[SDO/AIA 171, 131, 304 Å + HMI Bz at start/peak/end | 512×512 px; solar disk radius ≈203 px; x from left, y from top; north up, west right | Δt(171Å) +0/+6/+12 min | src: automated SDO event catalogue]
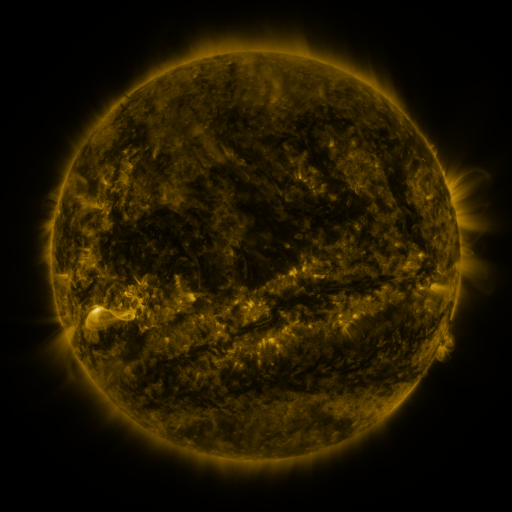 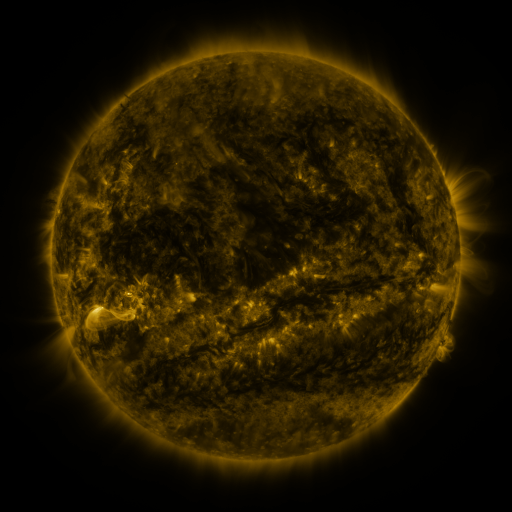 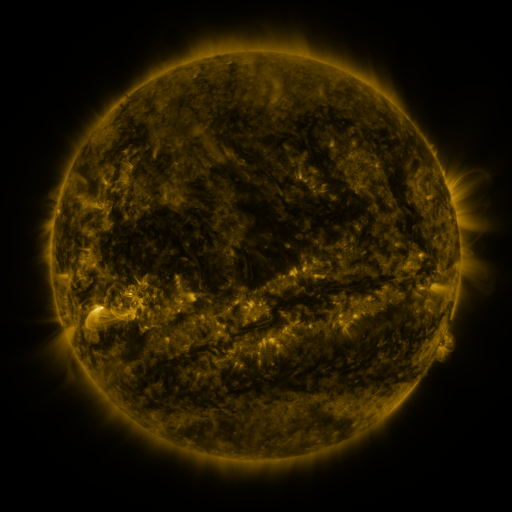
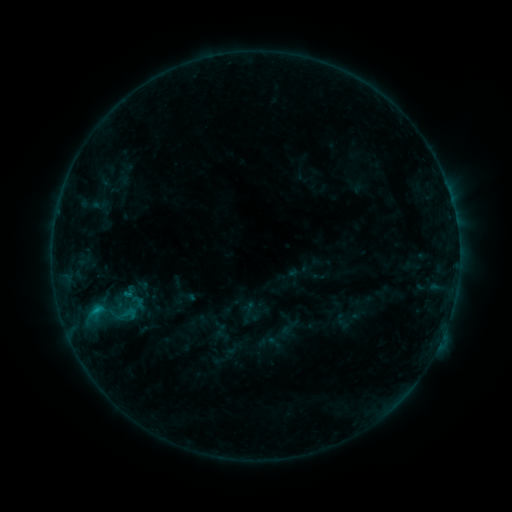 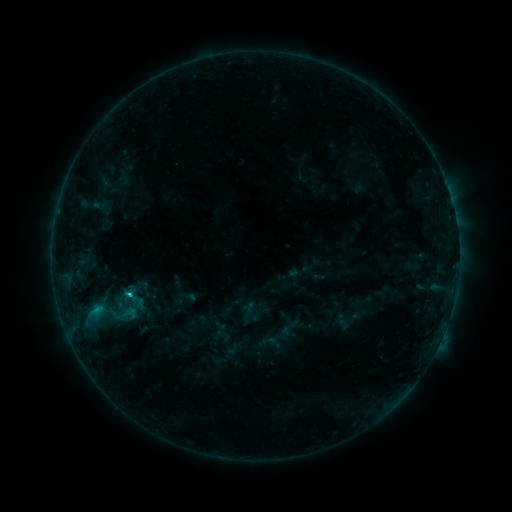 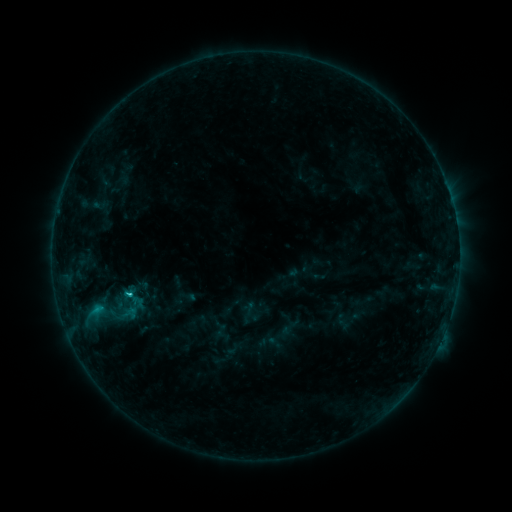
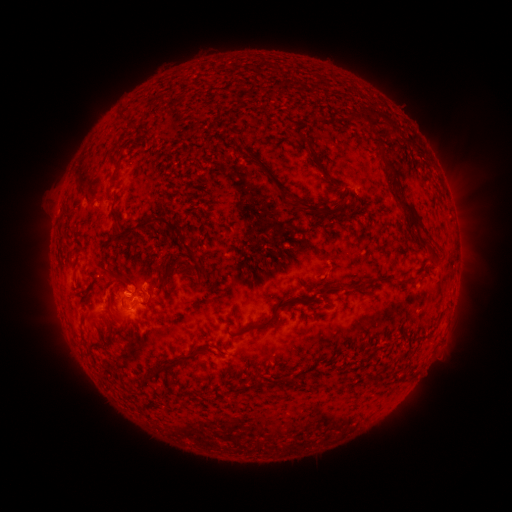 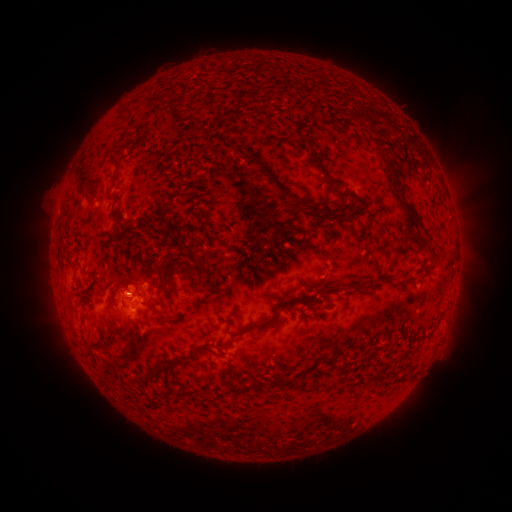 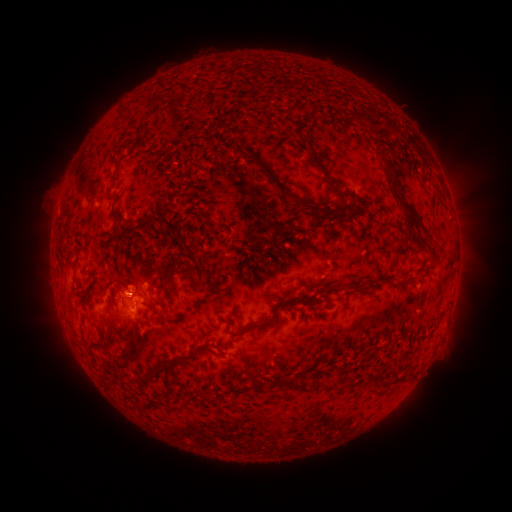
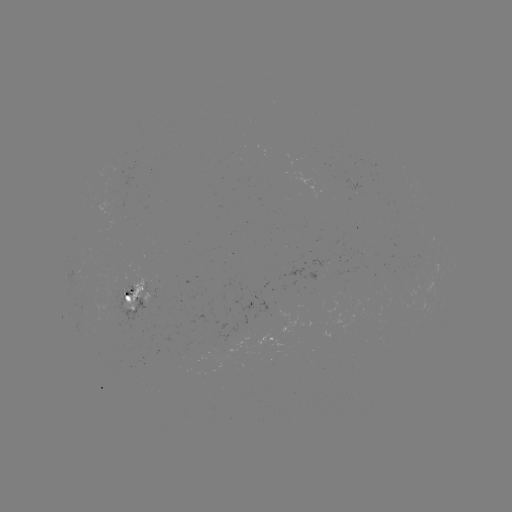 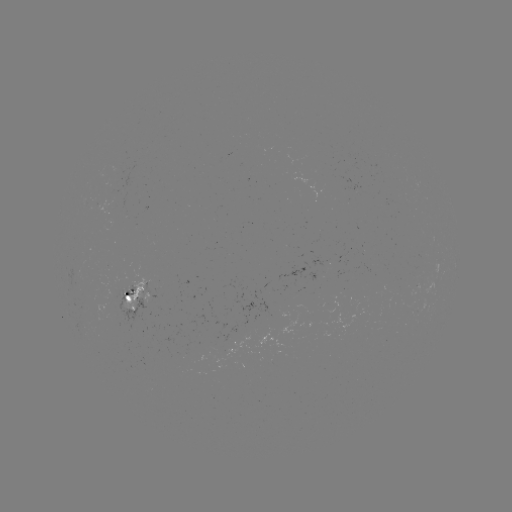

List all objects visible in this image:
C1.3 flare: (130, 292)
